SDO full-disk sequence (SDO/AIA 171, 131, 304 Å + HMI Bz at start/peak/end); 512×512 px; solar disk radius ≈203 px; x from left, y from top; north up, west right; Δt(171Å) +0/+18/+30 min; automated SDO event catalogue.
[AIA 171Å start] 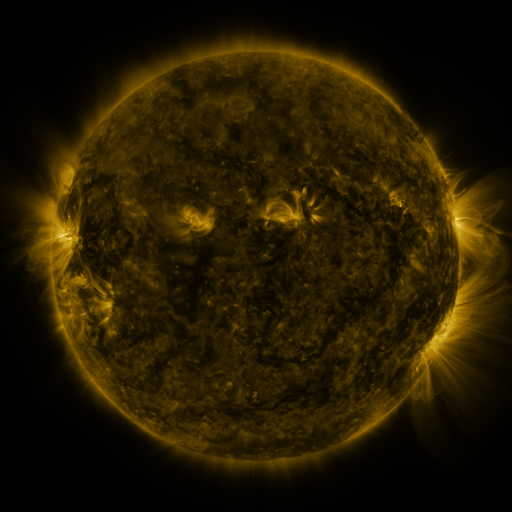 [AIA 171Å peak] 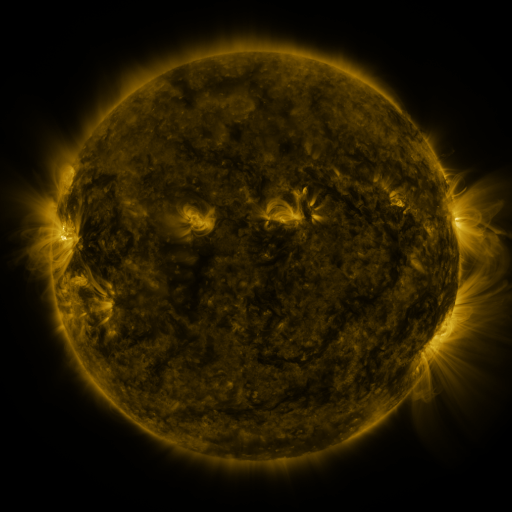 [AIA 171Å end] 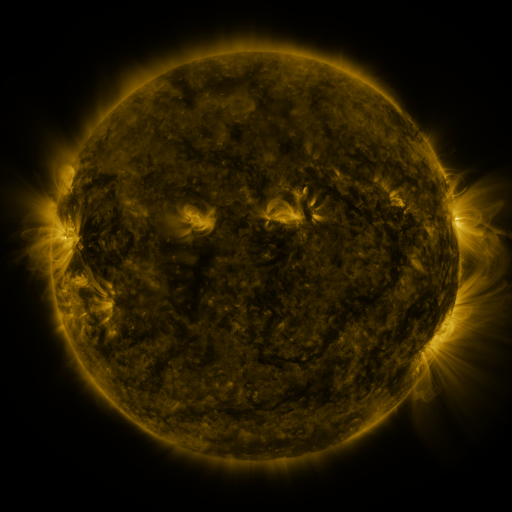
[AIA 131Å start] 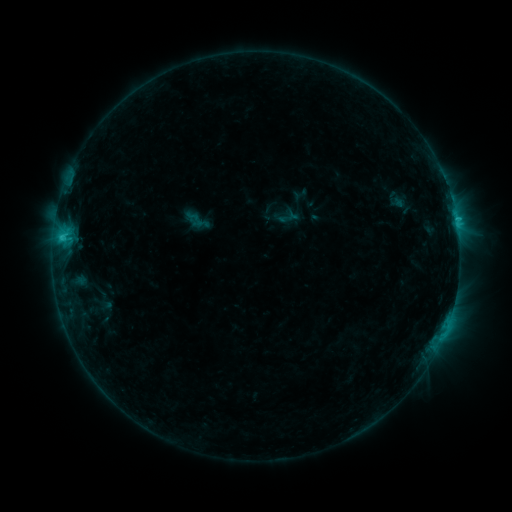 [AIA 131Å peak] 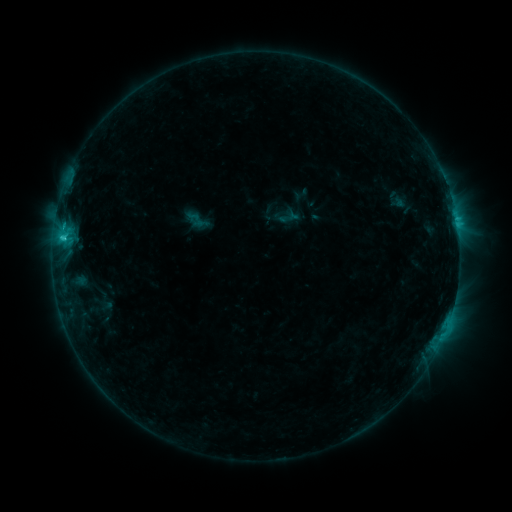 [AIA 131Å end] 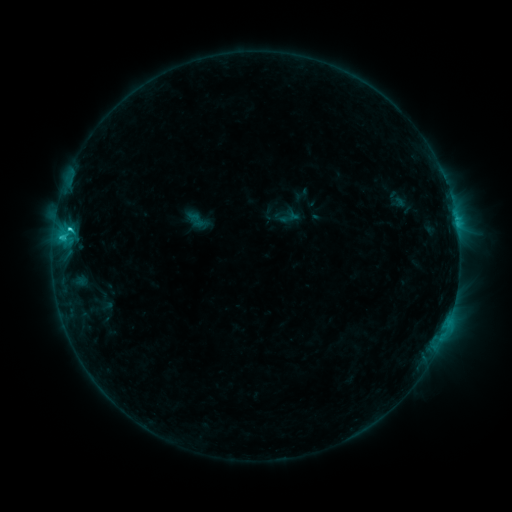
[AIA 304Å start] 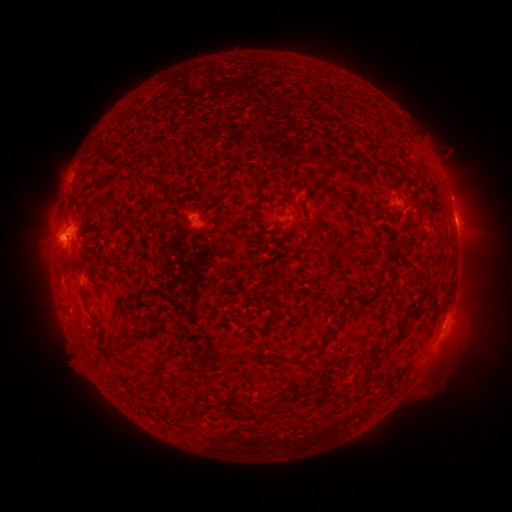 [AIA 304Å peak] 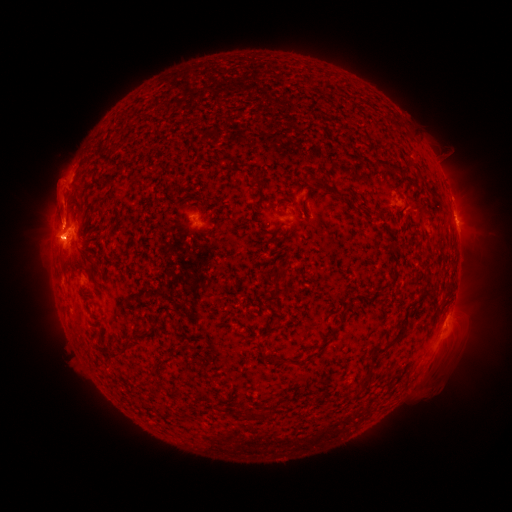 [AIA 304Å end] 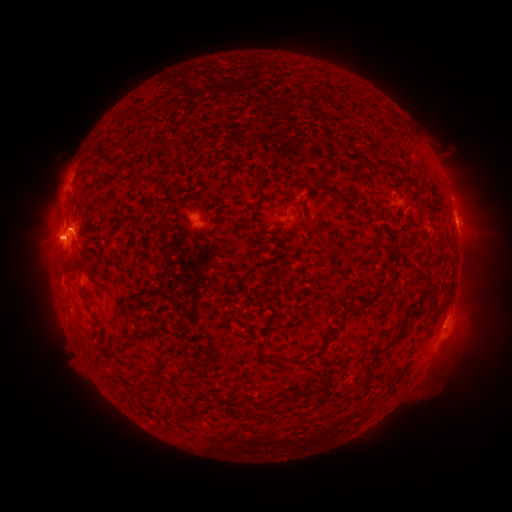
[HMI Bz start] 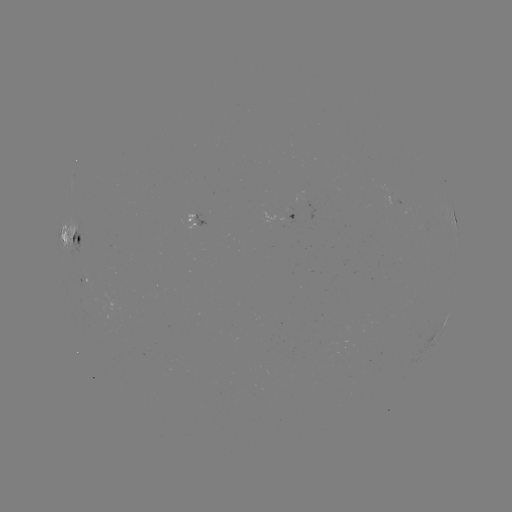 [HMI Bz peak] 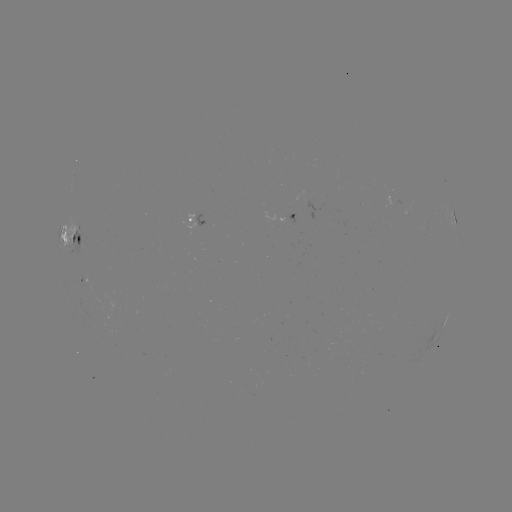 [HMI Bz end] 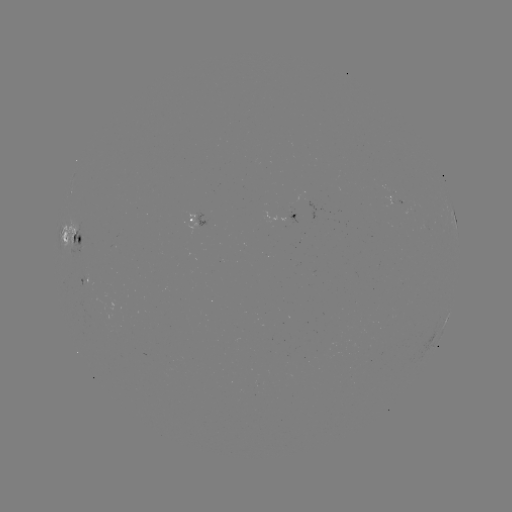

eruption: (29, 149, 99, 248)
